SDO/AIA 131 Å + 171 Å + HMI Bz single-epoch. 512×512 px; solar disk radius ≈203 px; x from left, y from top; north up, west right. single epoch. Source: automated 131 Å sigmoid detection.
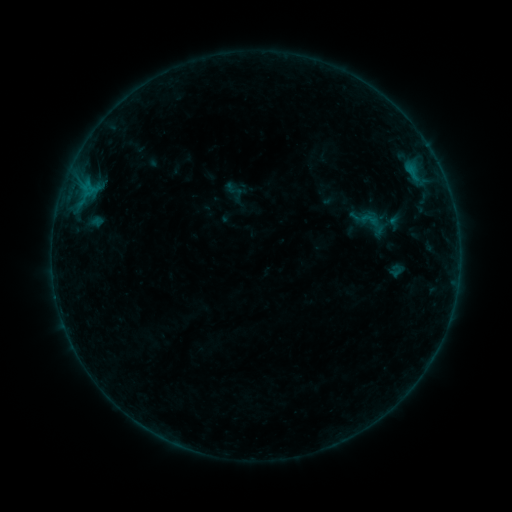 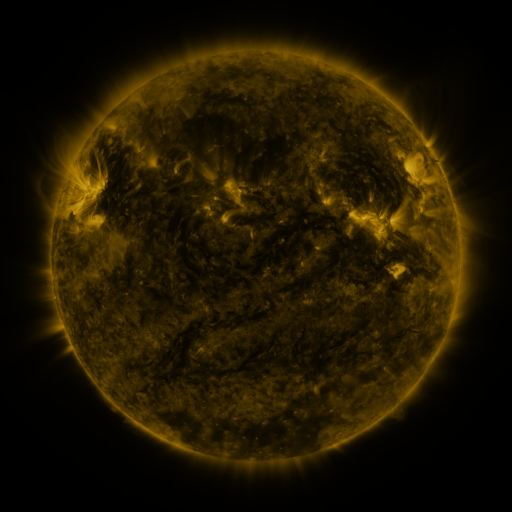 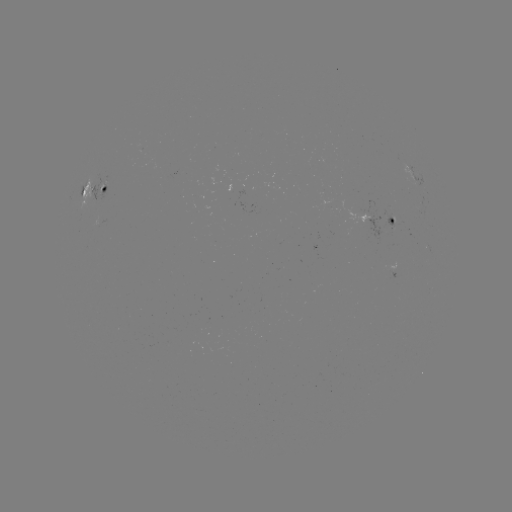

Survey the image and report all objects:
sigmoid: (359, 208, 380, 231)
